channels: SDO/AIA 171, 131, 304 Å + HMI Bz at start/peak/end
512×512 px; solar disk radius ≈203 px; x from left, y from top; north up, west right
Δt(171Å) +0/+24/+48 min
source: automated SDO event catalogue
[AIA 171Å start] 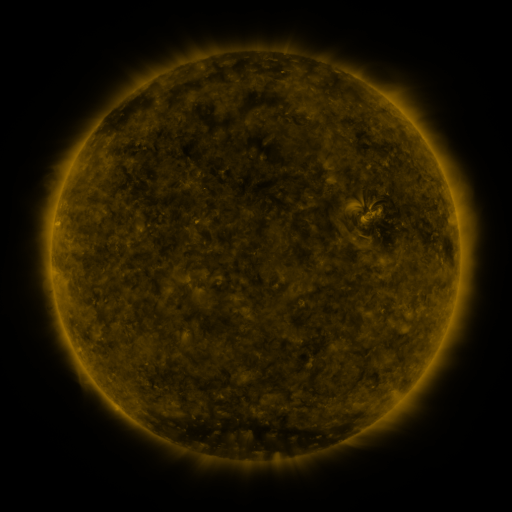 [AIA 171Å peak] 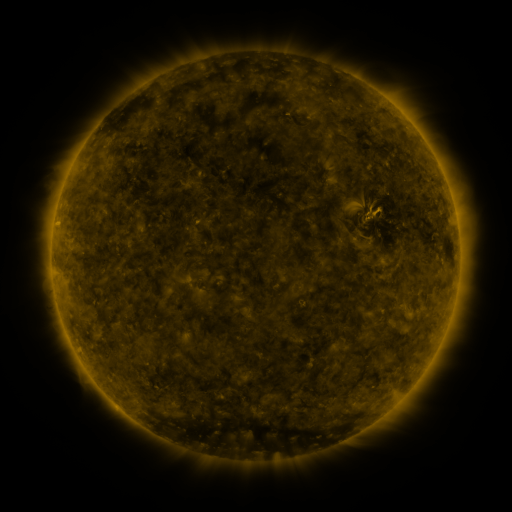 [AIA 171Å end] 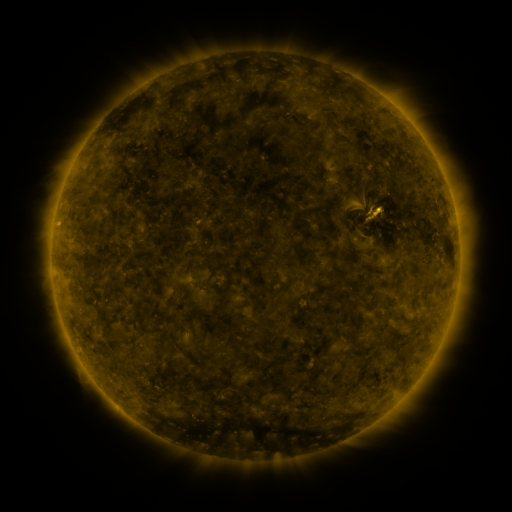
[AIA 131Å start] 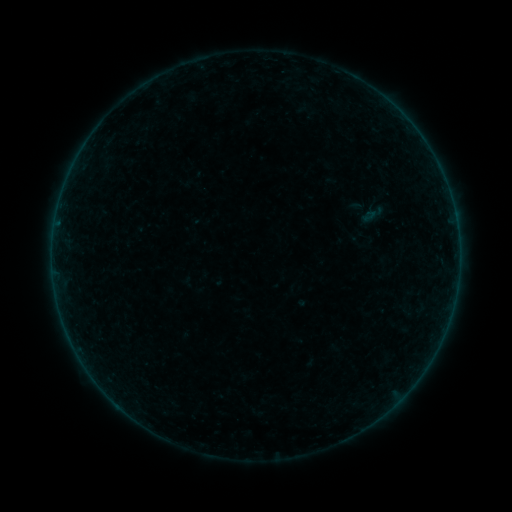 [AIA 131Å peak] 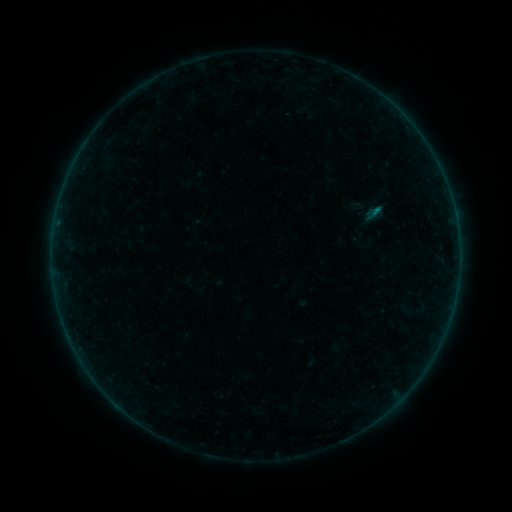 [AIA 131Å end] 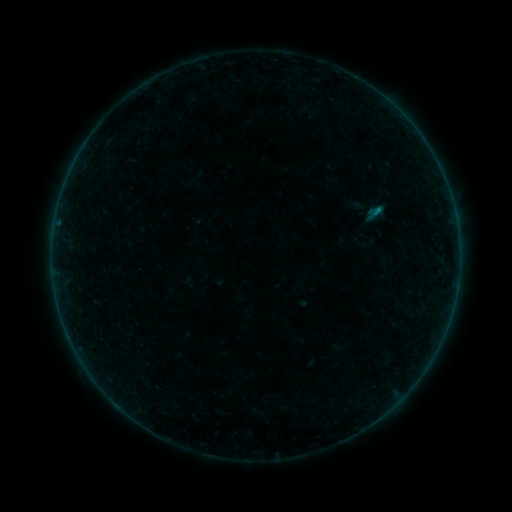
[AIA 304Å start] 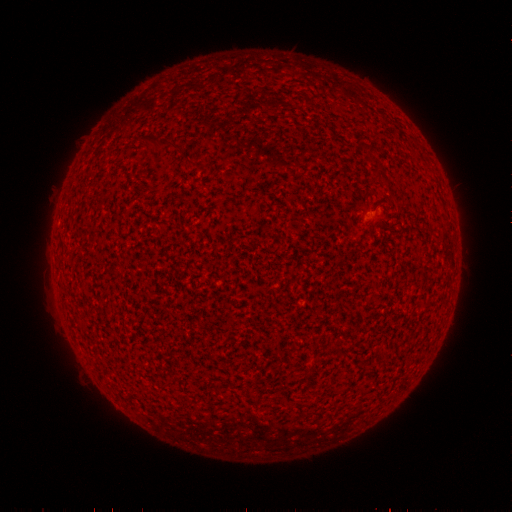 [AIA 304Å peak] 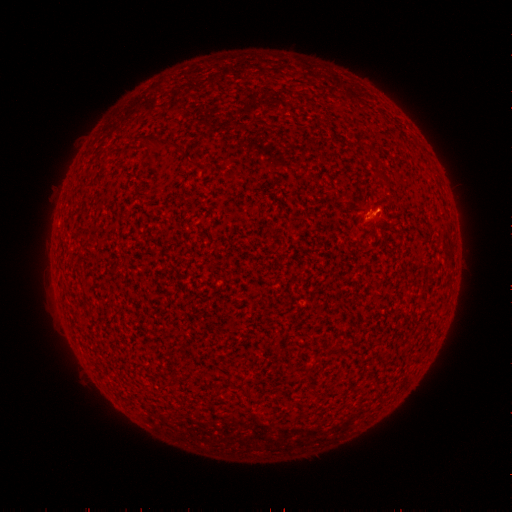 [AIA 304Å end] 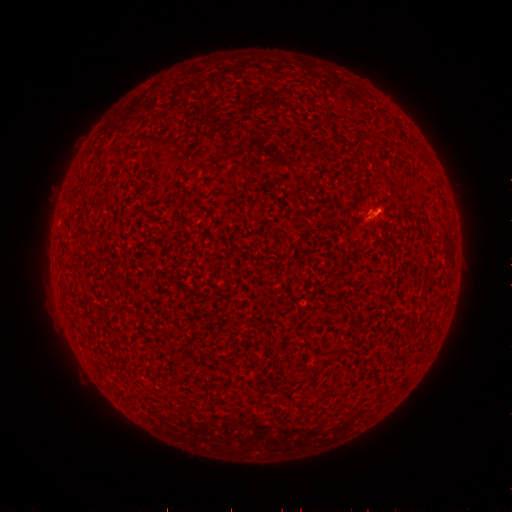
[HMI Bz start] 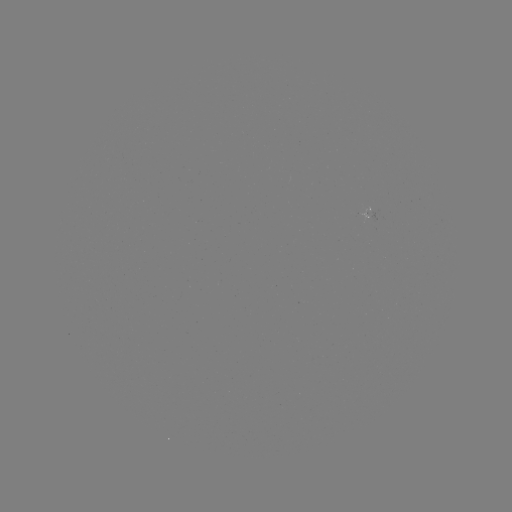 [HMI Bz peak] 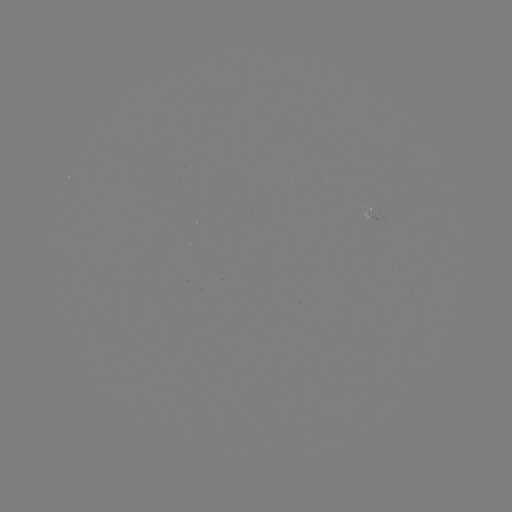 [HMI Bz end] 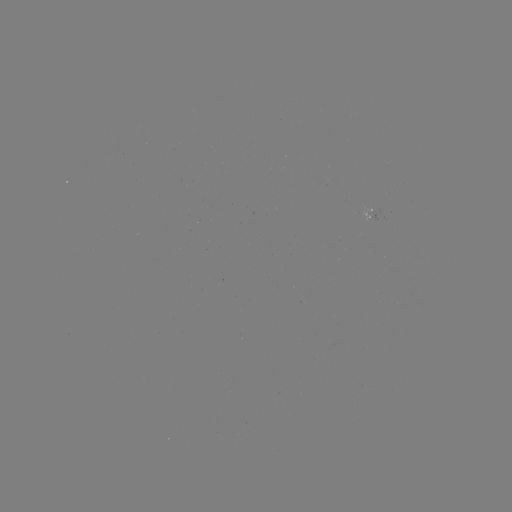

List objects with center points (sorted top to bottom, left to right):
B2.3 flare: (375, 214)
